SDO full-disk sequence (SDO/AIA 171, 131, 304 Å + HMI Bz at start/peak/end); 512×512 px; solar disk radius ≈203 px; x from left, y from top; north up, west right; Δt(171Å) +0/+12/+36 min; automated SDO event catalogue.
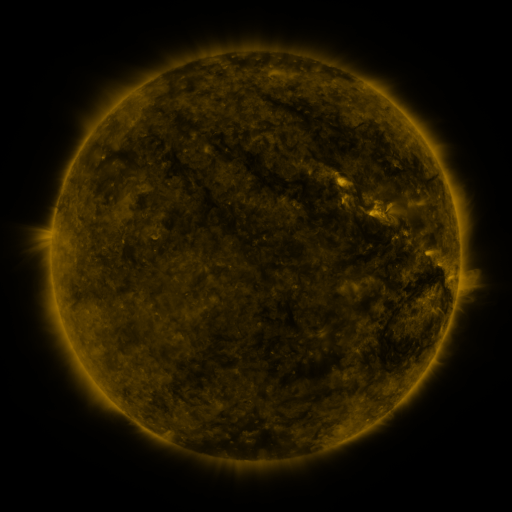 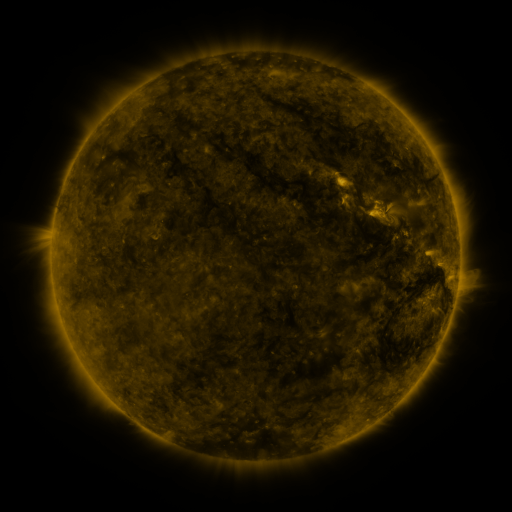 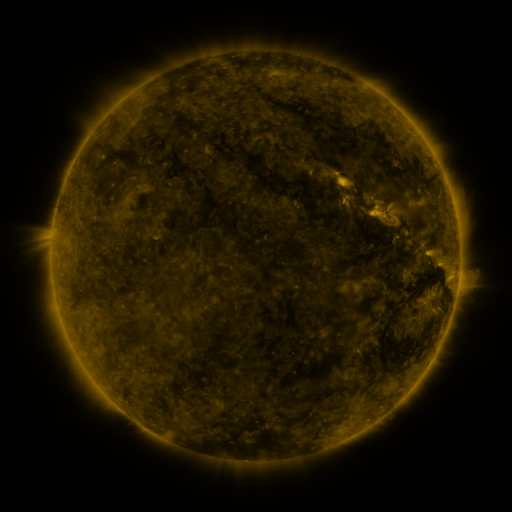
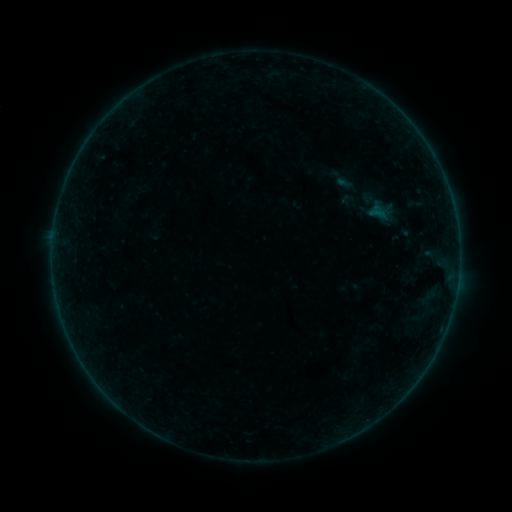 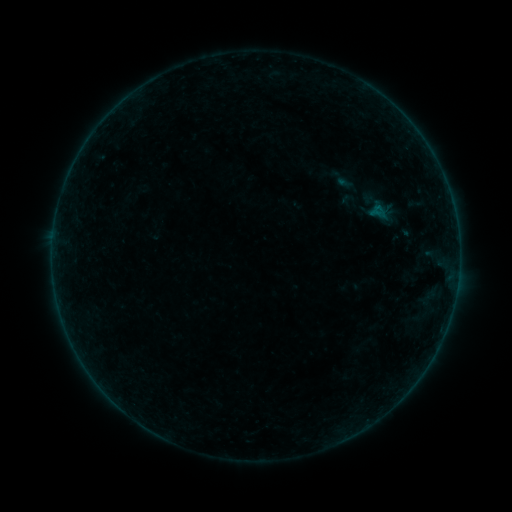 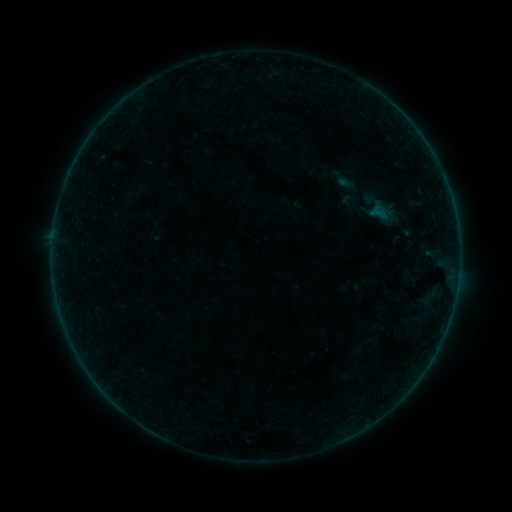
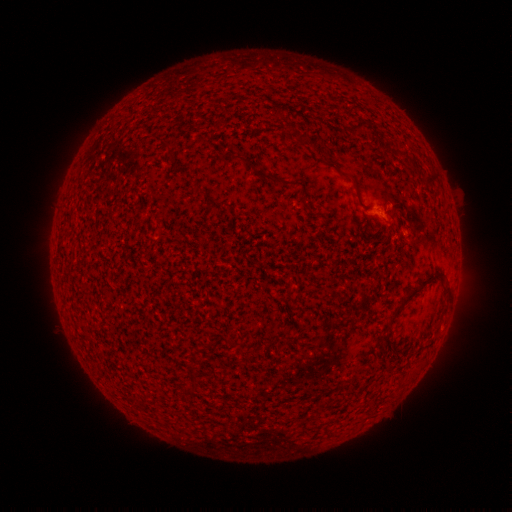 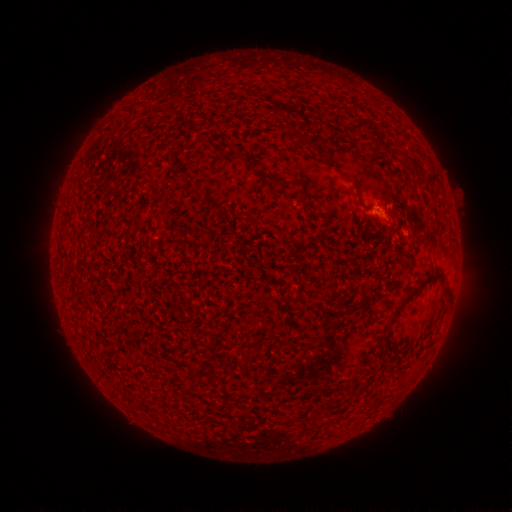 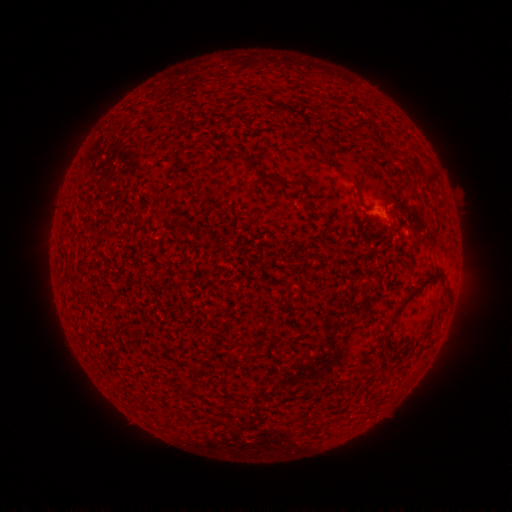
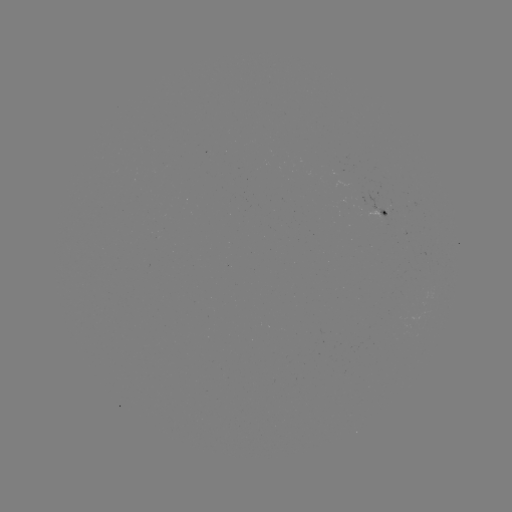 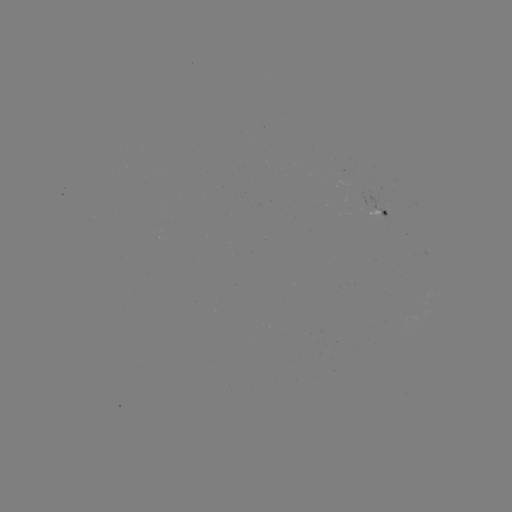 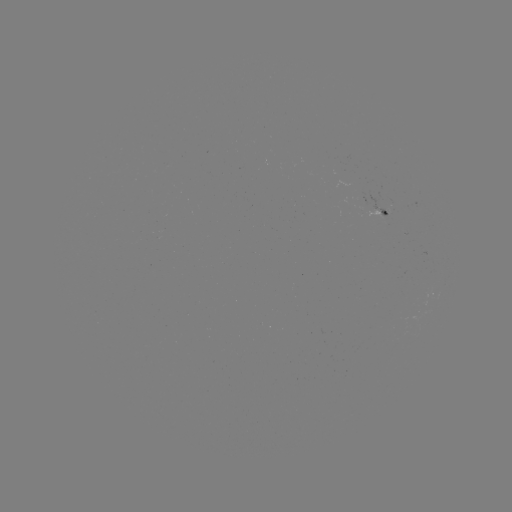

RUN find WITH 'A8.2 flare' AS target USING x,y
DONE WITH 377,210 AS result